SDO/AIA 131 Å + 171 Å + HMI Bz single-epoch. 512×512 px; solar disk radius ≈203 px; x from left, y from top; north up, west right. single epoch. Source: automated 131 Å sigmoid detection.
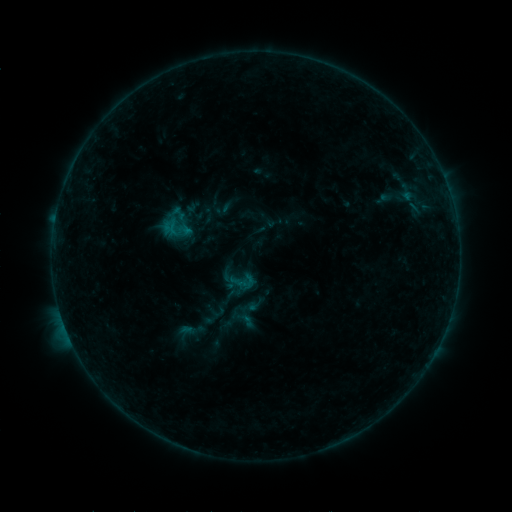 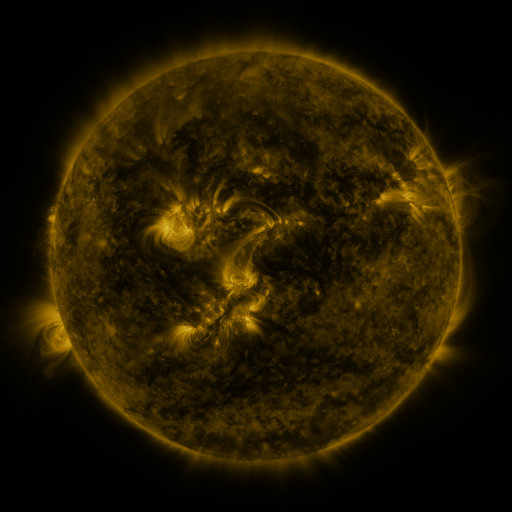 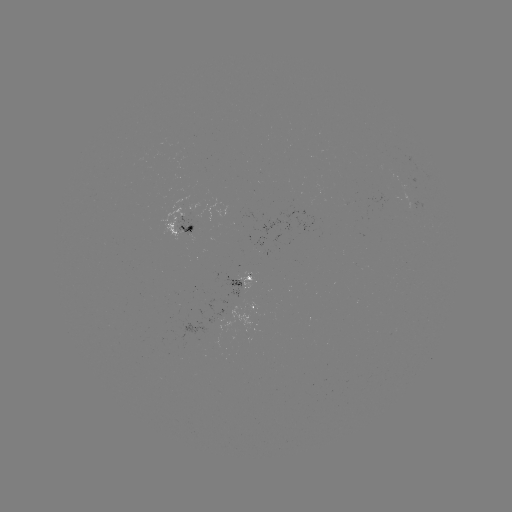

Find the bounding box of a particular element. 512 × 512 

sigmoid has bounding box [158, 211, 194, 246].